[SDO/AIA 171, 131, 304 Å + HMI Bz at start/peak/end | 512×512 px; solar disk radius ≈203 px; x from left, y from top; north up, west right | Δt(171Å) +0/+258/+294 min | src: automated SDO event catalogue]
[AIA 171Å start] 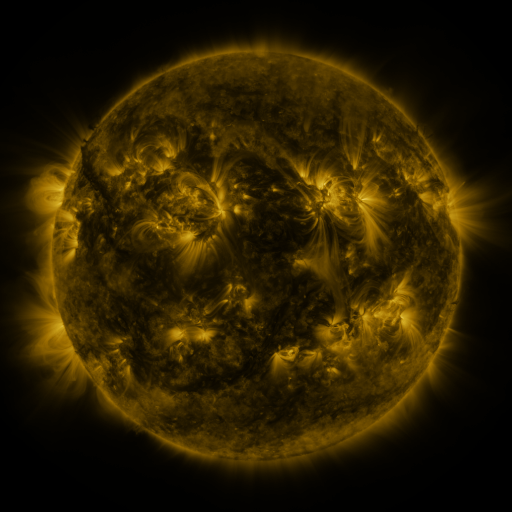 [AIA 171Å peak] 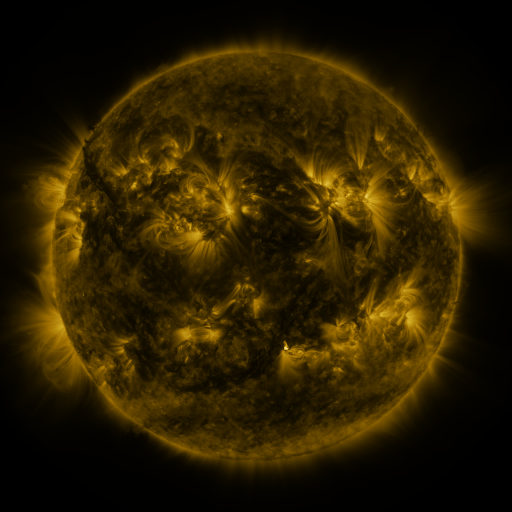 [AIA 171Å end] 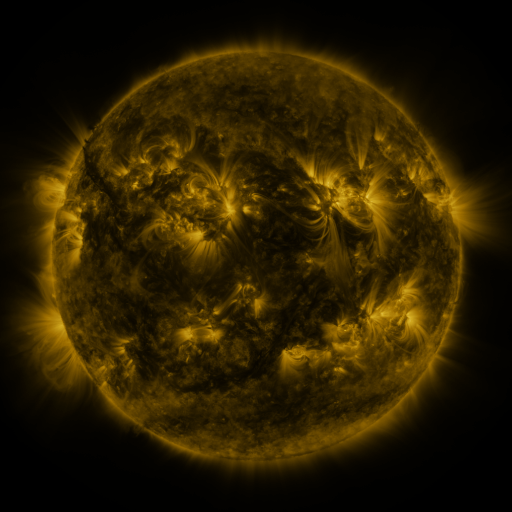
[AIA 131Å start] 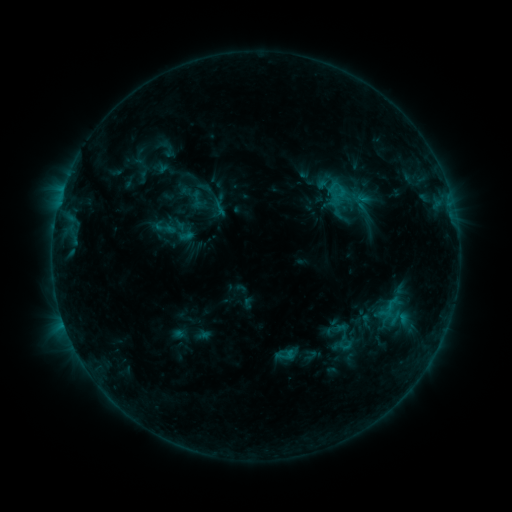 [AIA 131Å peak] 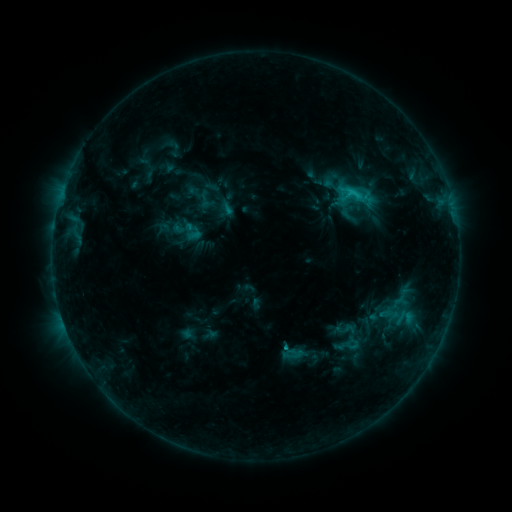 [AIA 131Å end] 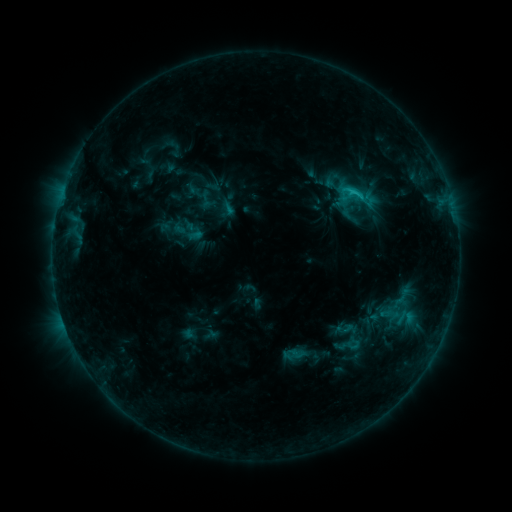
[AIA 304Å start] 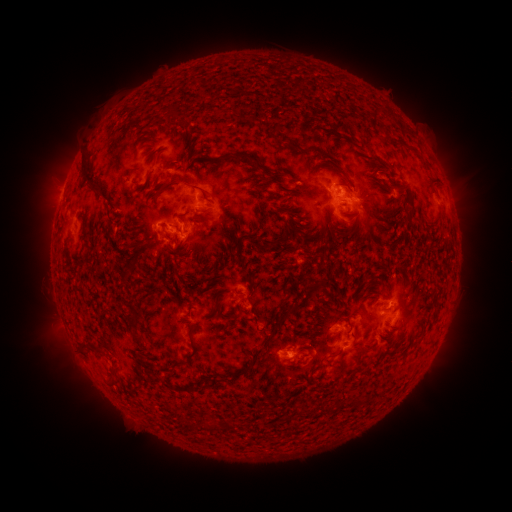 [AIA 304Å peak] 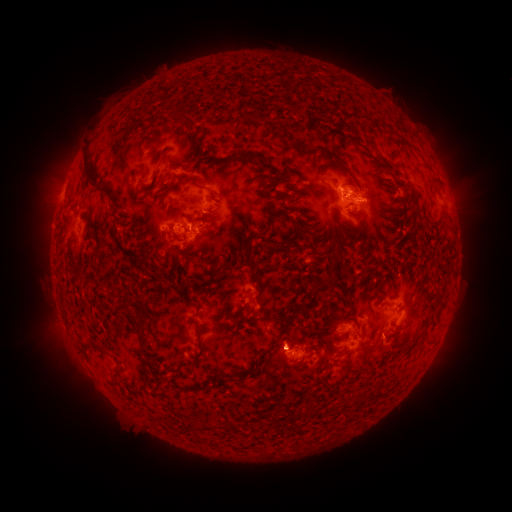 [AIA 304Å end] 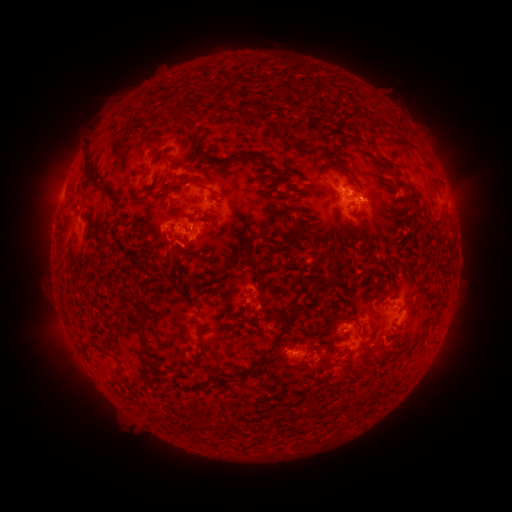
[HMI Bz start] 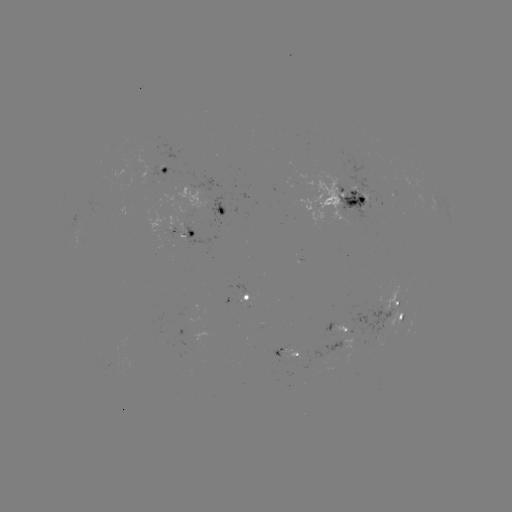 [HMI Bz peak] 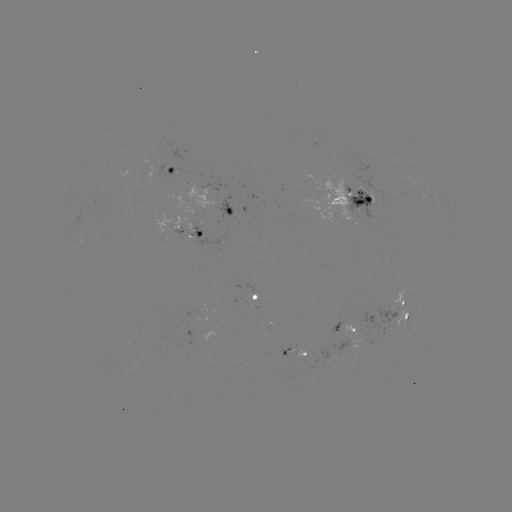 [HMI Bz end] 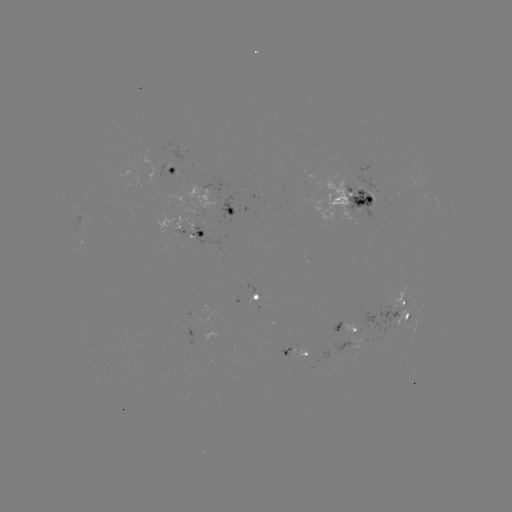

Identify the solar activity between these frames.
emerging-flux region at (230, 208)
